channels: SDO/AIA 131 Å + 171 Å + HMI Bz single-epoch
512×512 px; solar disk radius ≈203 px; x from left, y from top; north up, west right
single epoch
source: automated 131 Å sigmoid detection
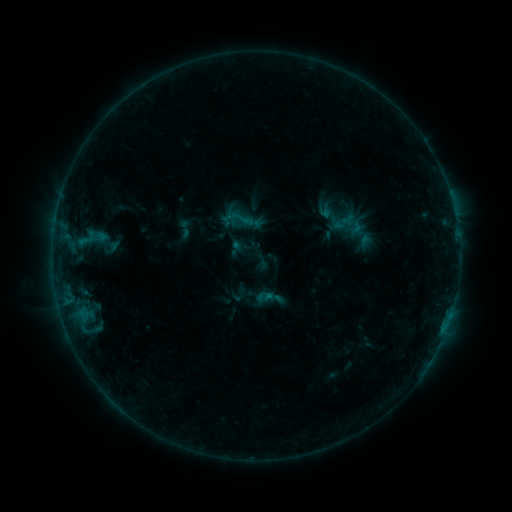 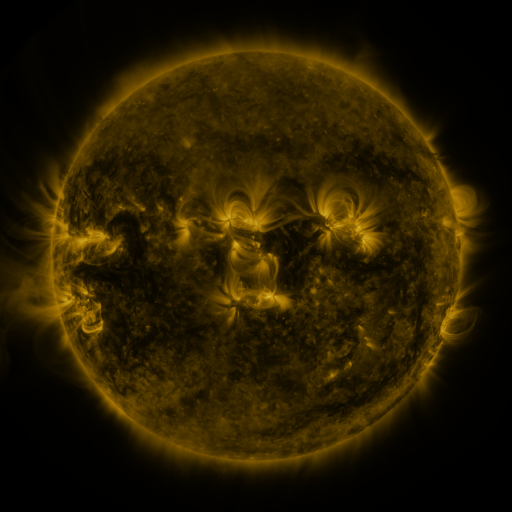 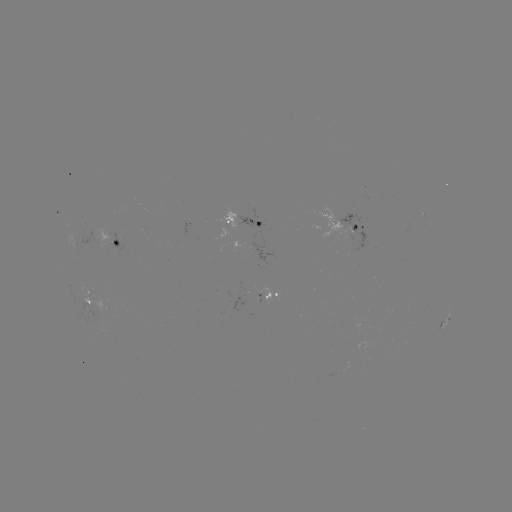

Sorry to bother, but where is sigmoid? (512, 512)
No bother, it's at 344,222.